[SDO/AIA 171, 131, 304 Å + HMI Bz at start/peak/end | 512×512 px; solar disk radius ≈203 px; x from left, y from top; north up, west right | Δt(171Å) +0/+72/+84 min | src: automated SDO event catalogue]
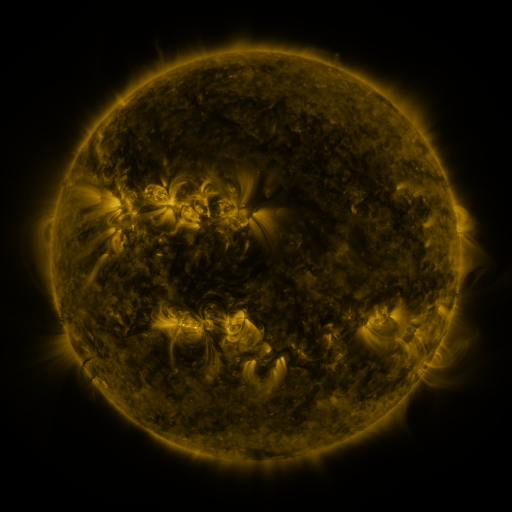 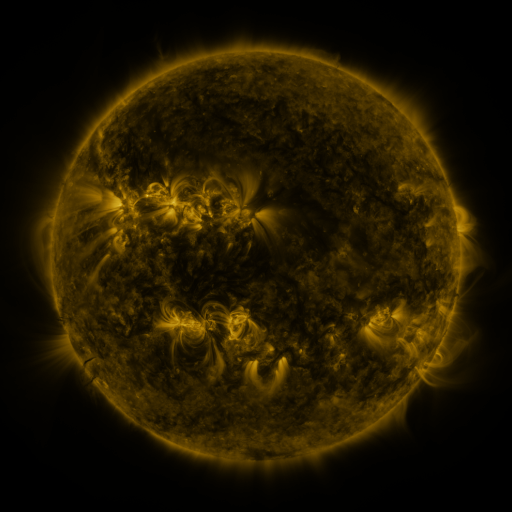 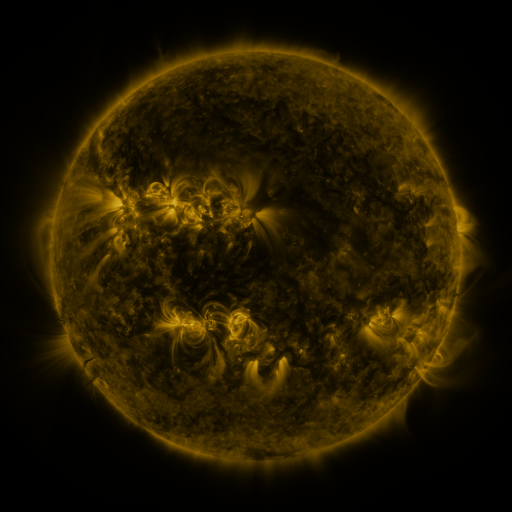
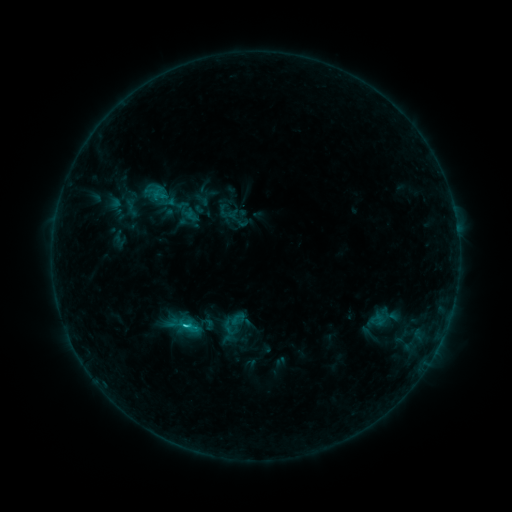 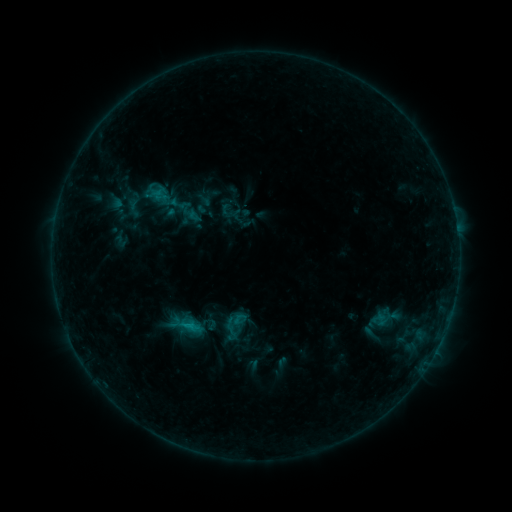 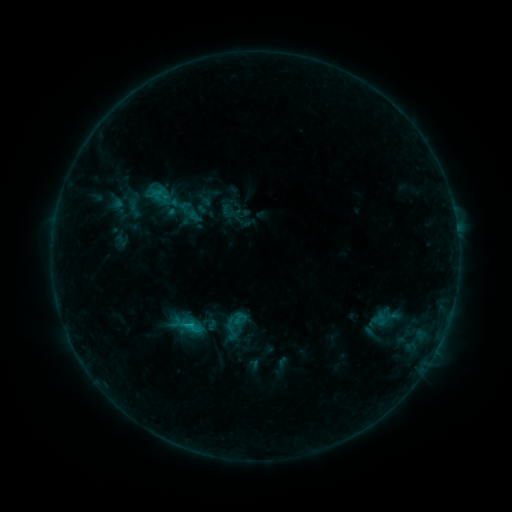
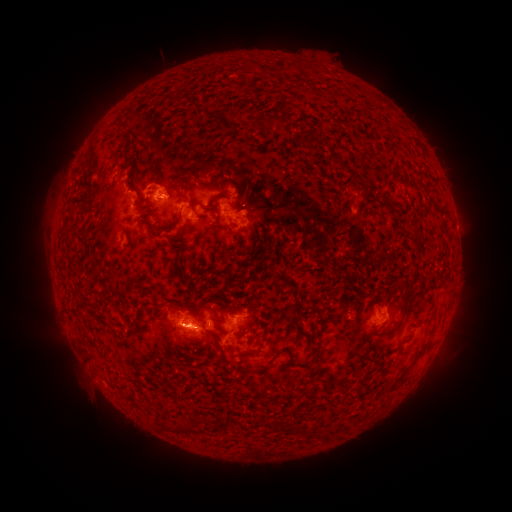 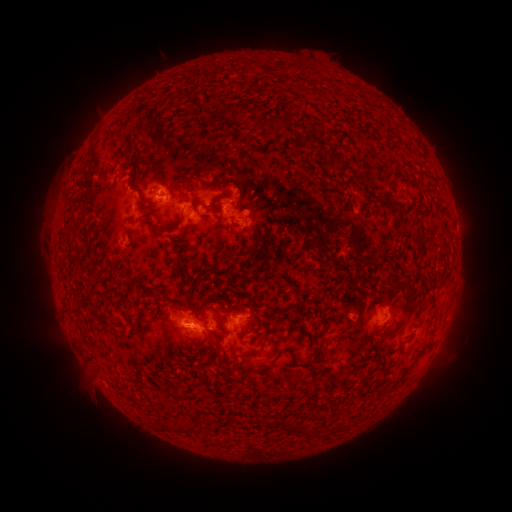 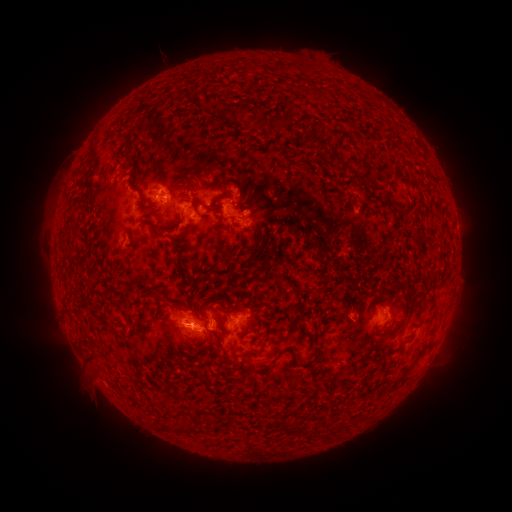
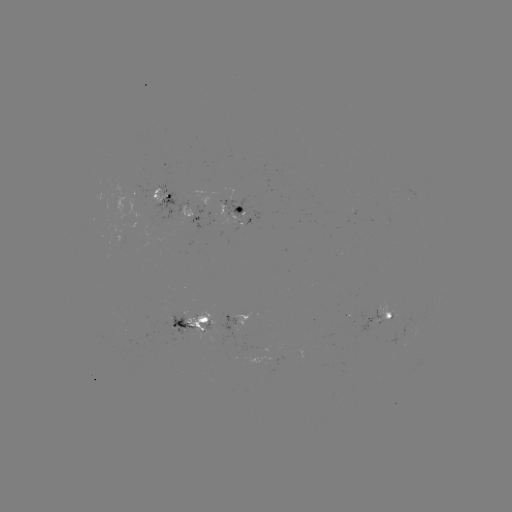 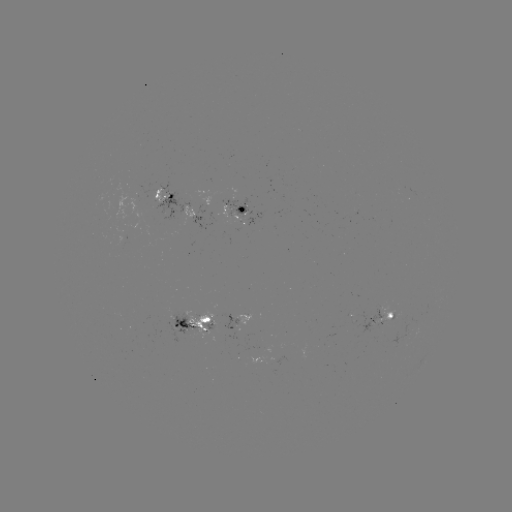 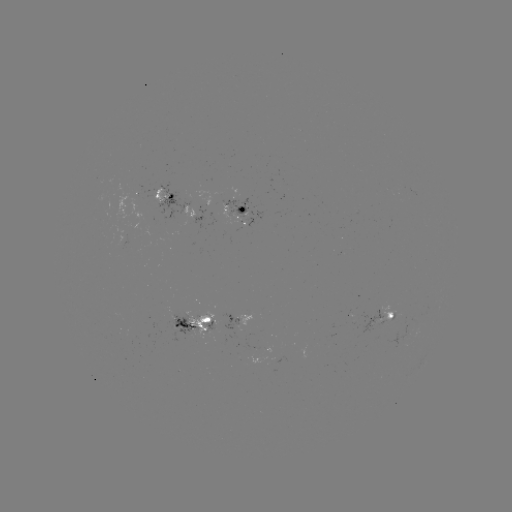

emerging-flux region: <bbox>204, 321, 215, 328</bbox>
